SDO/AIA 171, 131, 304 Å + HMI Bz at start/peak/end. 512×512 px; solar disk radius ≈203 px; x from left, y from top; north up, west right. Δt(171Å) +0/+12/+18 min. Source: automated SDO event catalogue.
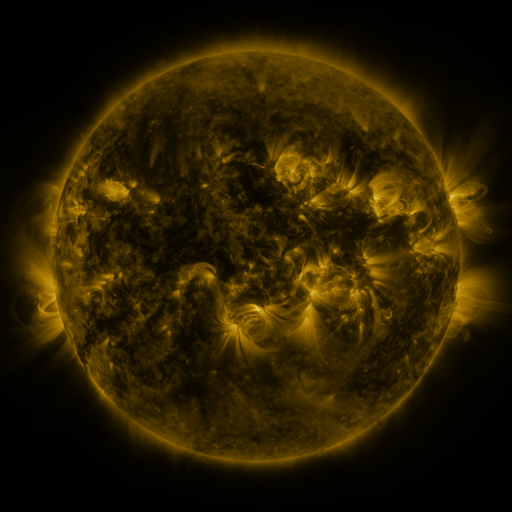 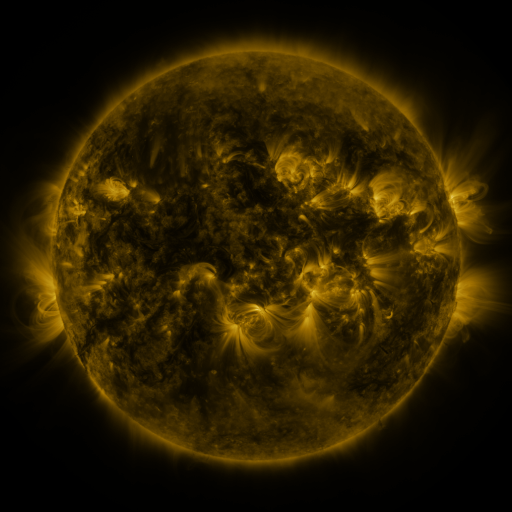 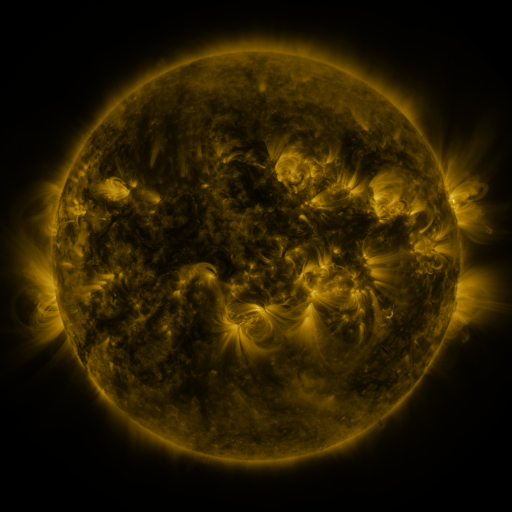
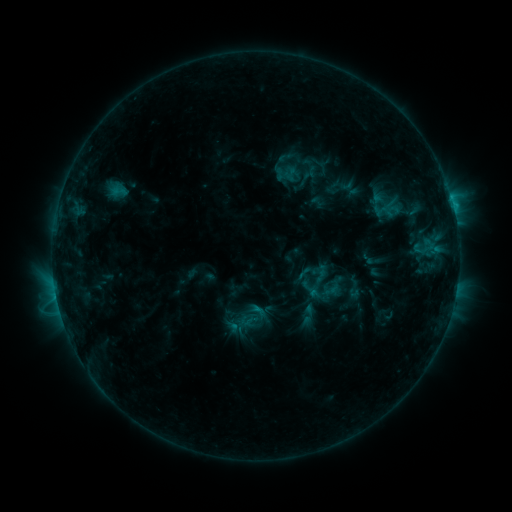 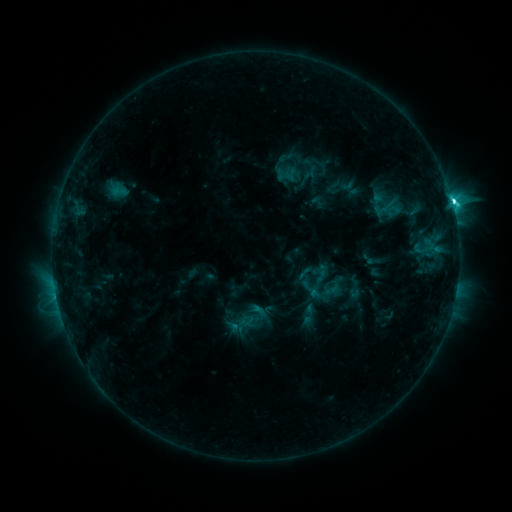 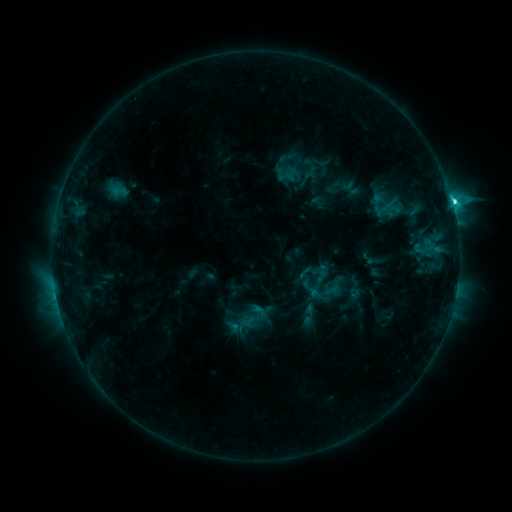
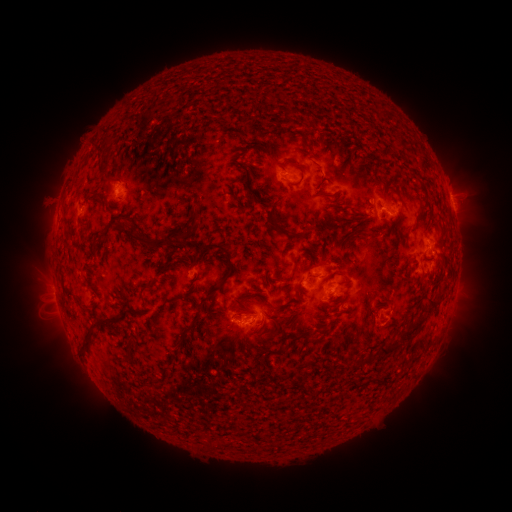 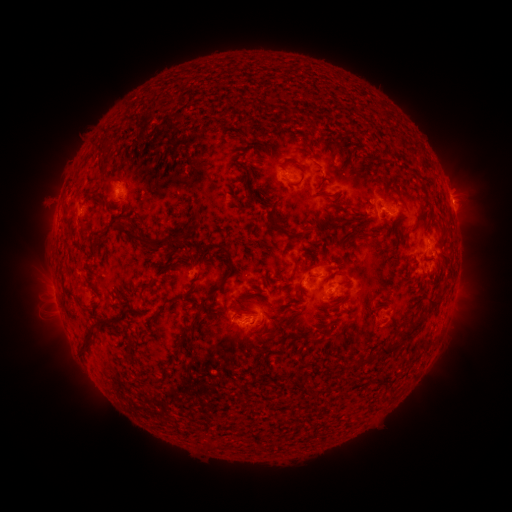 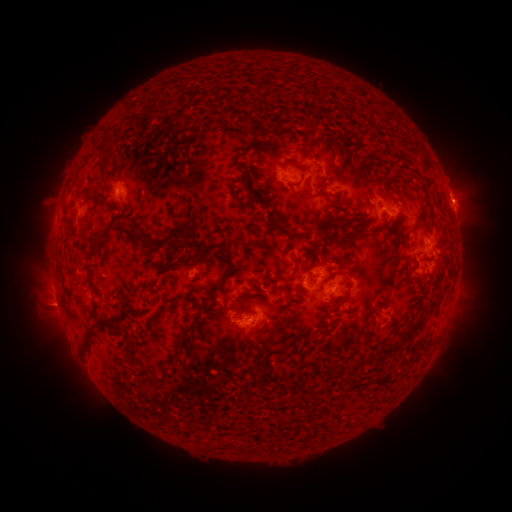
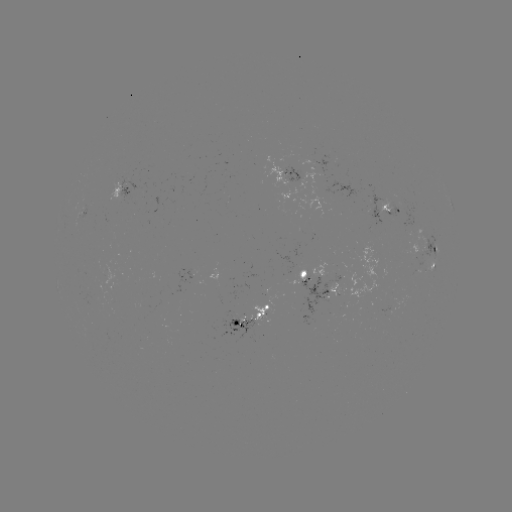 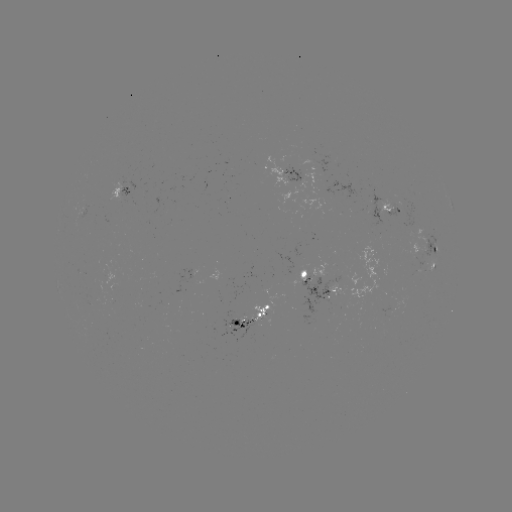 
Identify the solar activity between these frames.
C4.8 flare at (451, 202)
